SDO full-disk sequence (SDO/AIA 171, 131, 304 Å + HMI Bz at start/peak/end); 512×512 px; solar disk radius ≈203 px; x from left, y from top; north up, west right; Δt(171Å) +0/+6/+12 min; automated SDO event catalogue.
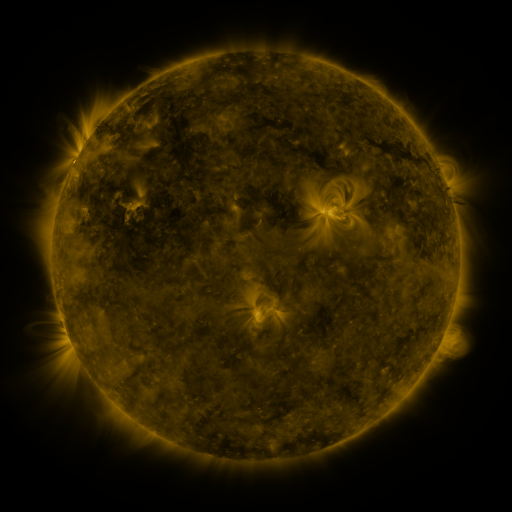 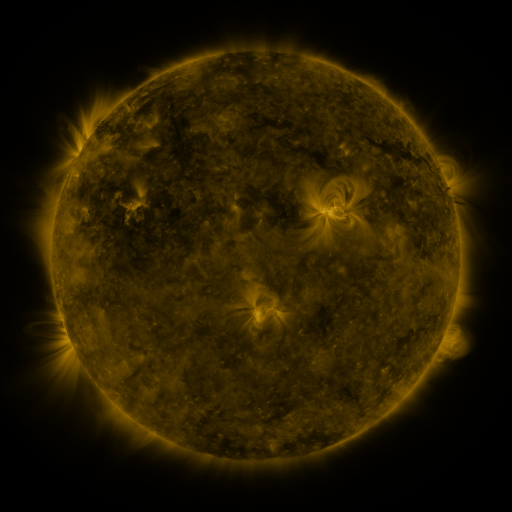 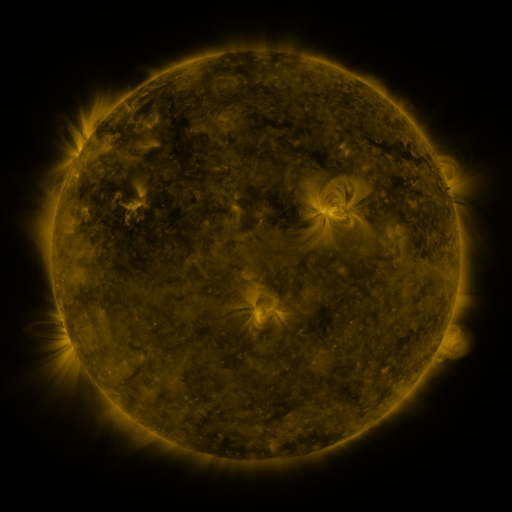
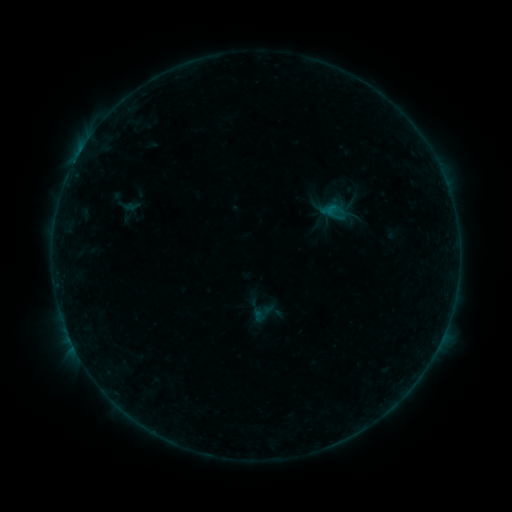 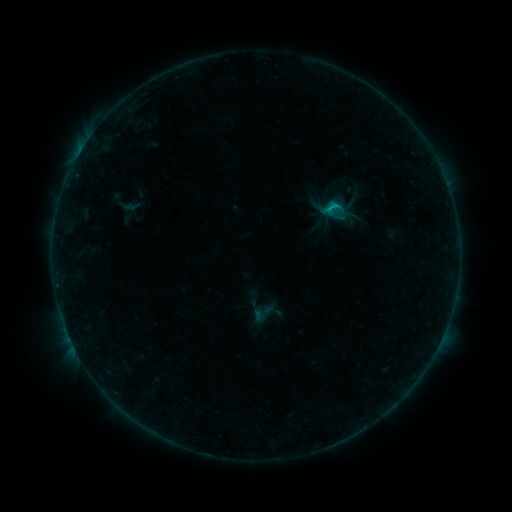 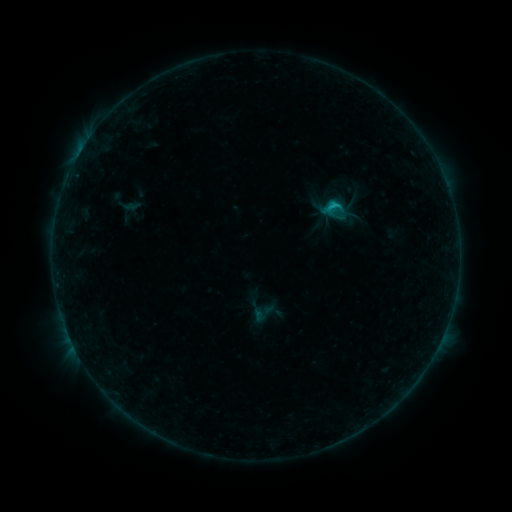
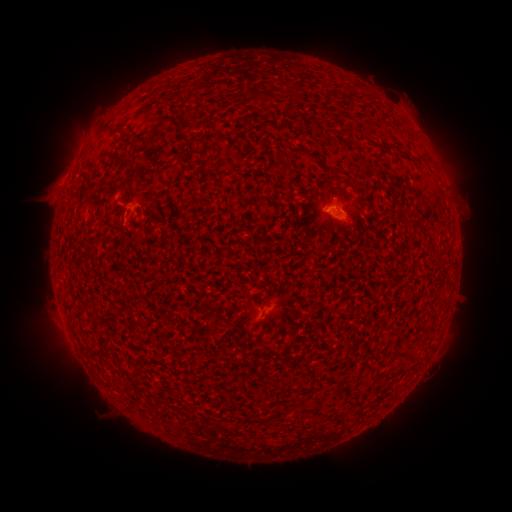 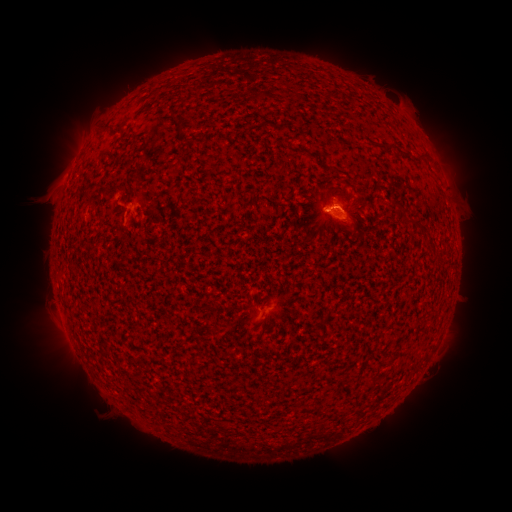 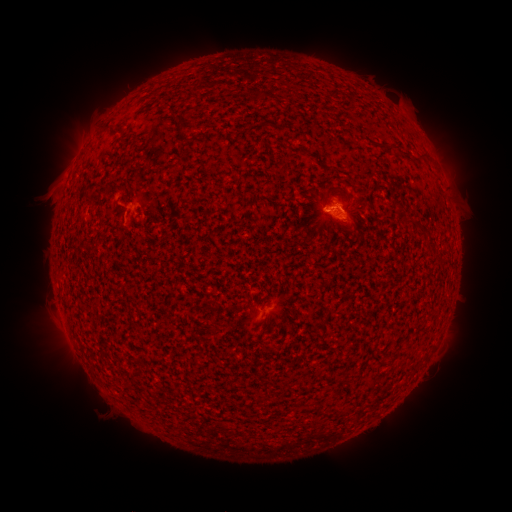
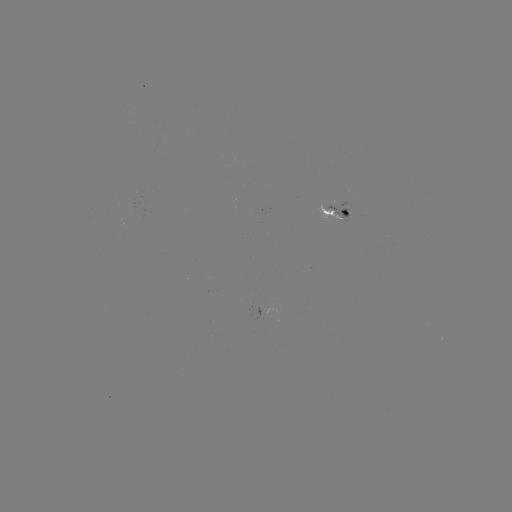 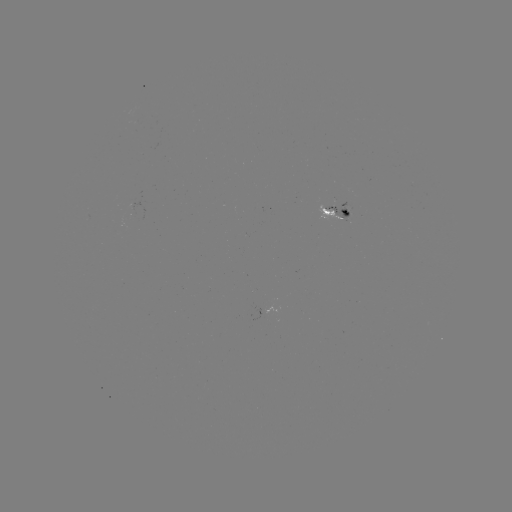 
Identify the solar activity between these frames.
B8.1 flare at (336, 209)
